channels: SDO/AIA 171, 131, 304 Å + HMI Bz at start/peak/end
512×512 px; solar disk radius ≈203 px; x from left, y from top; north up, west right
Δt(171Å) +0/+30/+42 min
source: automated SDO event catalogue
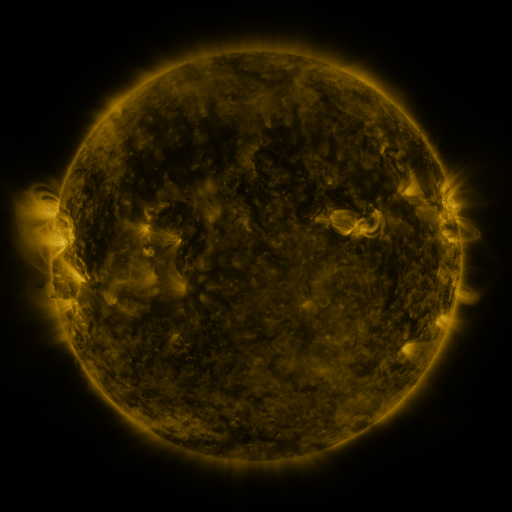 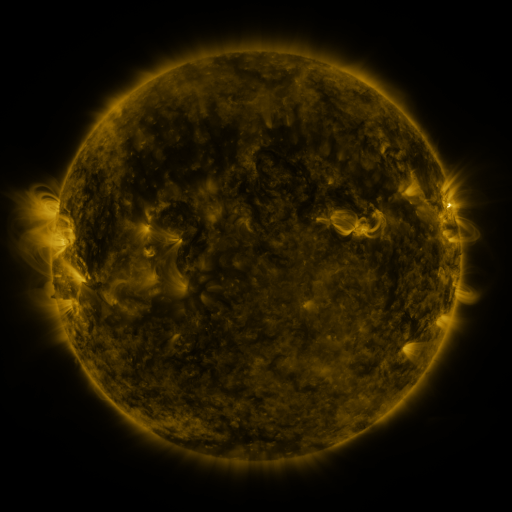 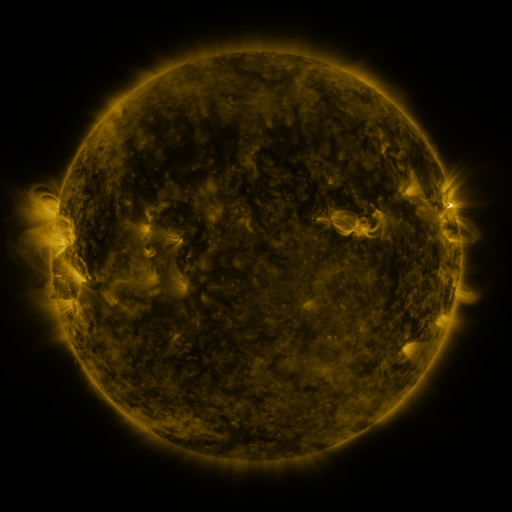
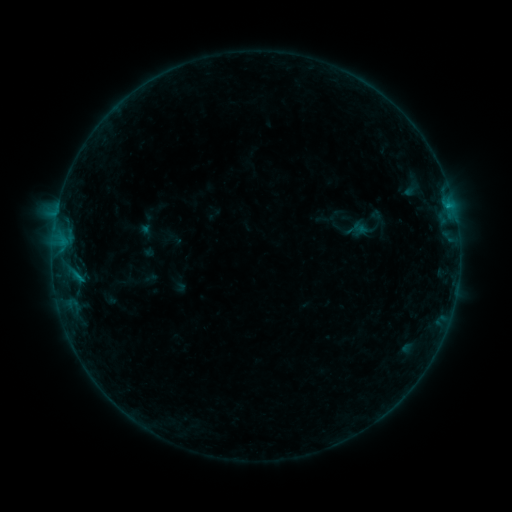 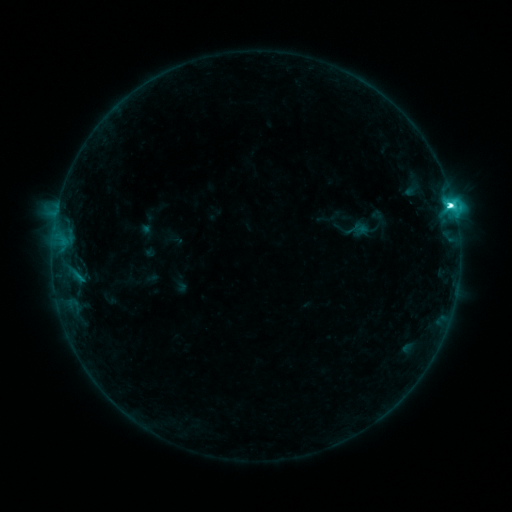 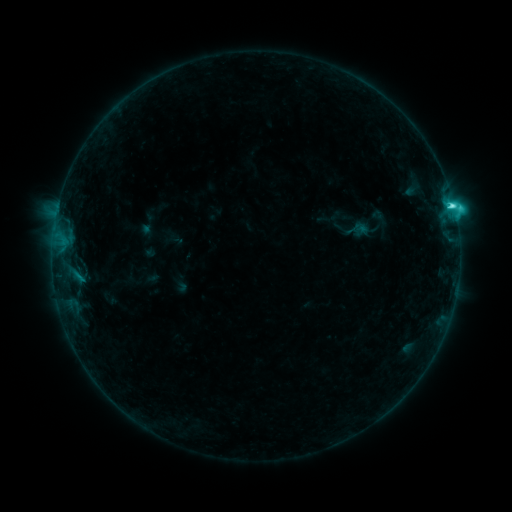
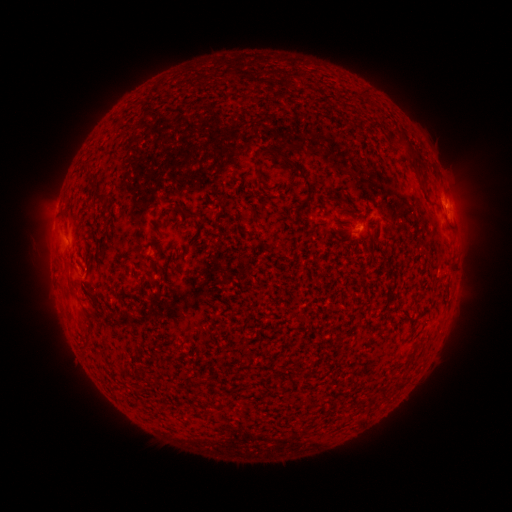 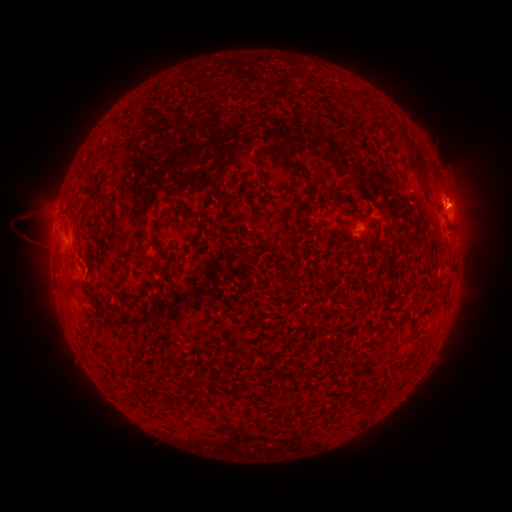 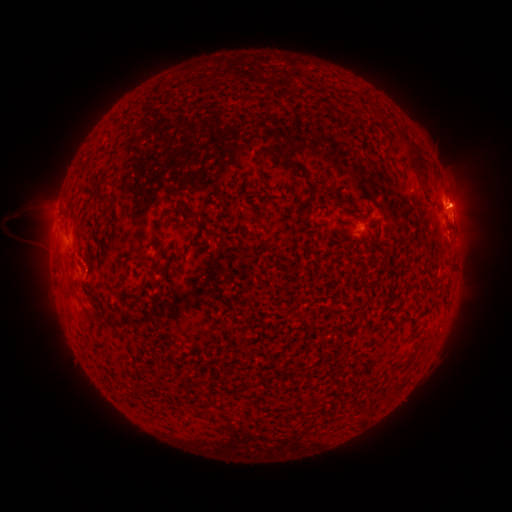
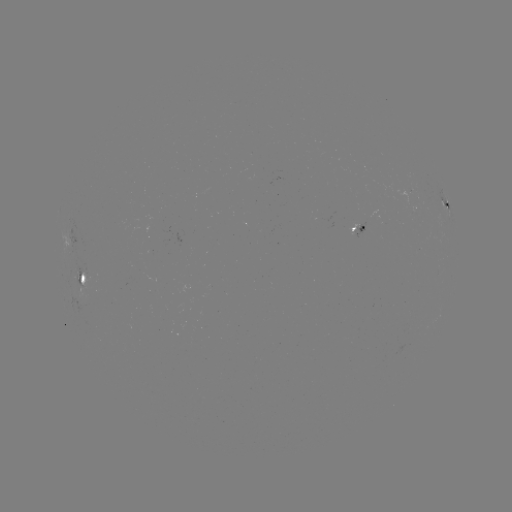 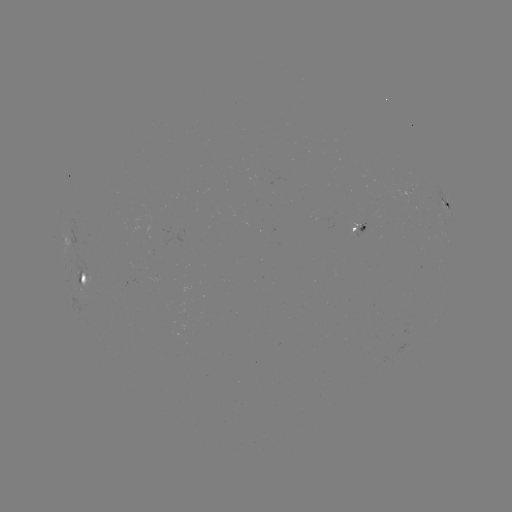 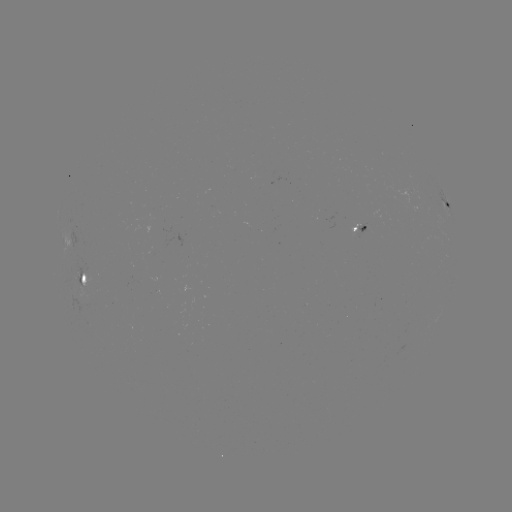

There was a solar flare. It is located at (449, 207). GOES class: C6.5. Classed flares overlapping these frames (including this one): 1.